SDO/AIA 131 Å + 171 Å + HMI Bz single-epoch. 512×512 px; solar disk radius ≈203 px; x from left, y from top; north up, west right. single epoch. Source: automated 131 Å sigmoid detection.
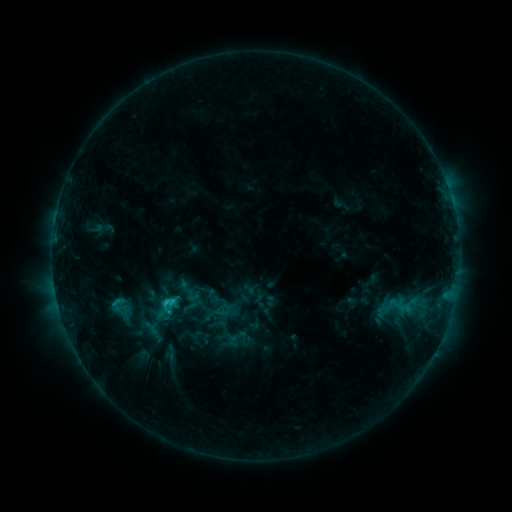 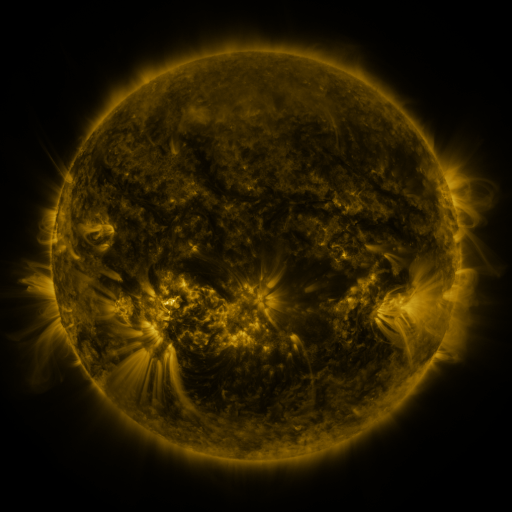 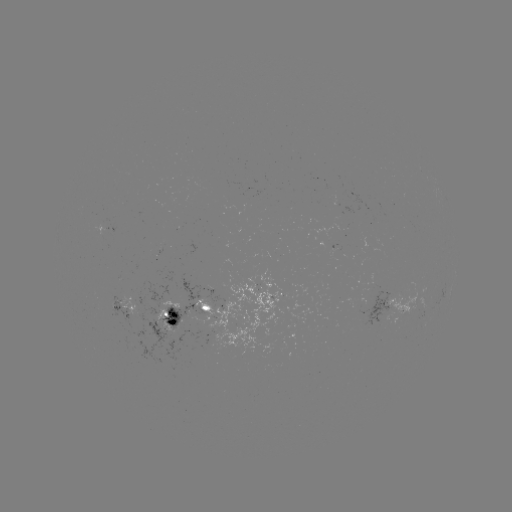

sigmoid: <bbox>157, 294, 180, 315</bbox>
